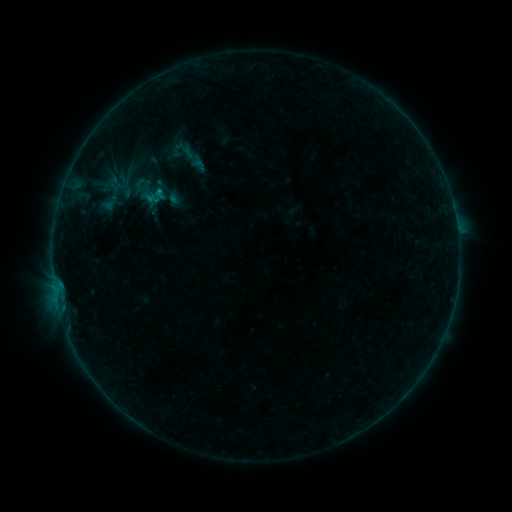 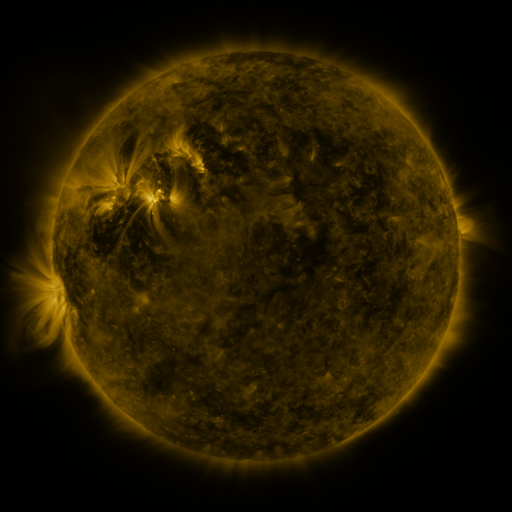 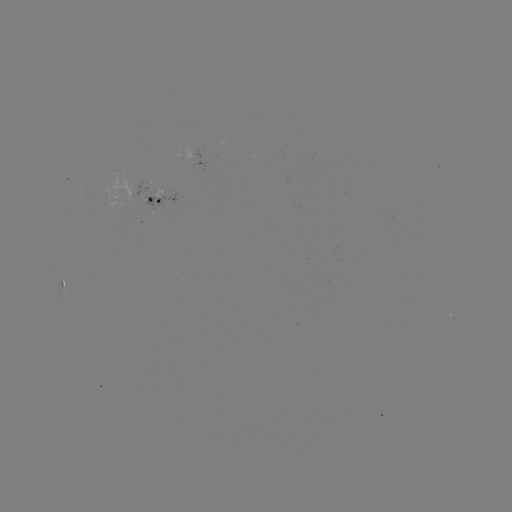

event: sigmoid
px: (188, 154)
